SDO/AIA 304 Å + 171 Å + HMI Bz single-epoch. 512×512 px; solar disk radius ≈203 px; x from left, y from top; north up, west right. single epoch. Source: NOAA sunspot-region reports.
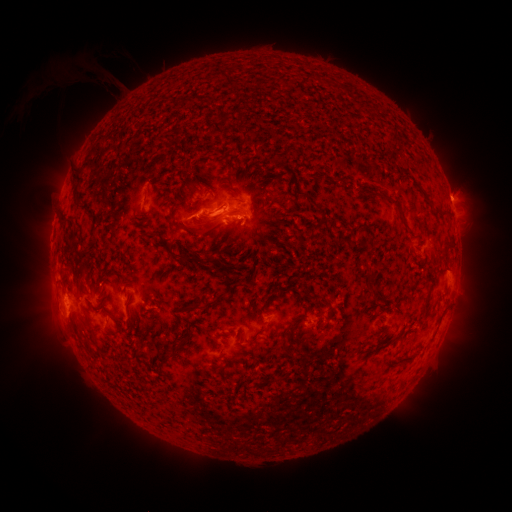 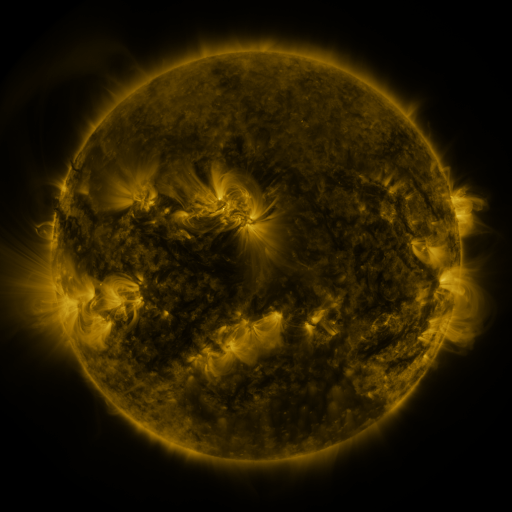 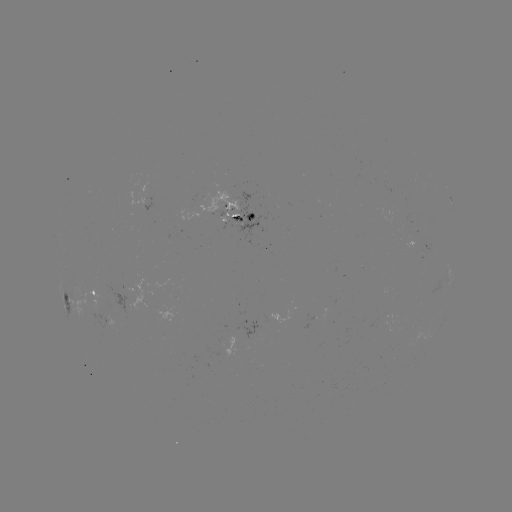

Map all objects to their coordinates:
spotted active region: (238, 215)
spotted active region: (452, 276)
spotted active region: (97, 291)
spotted active region: (67, 302)
